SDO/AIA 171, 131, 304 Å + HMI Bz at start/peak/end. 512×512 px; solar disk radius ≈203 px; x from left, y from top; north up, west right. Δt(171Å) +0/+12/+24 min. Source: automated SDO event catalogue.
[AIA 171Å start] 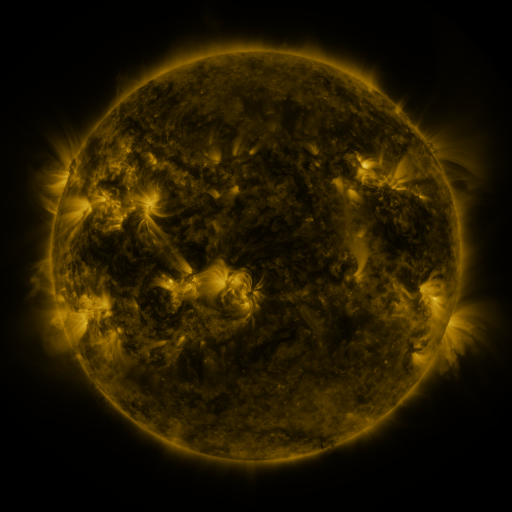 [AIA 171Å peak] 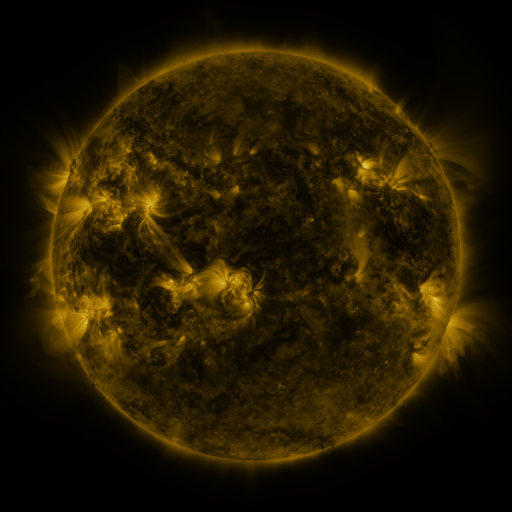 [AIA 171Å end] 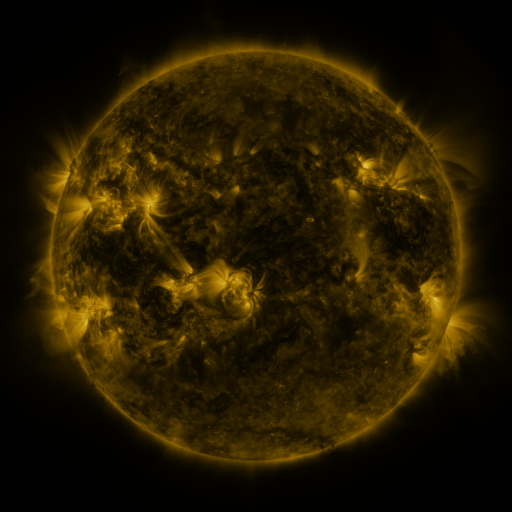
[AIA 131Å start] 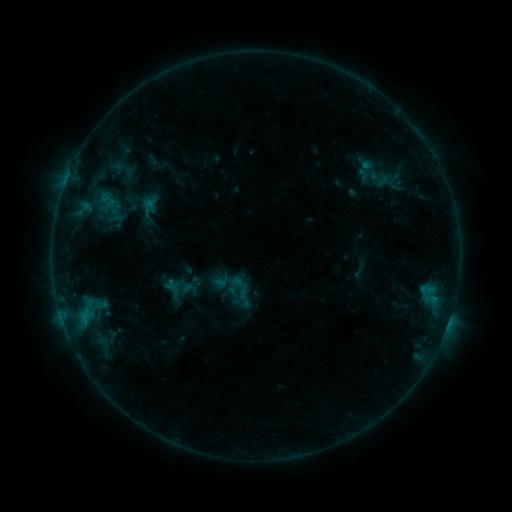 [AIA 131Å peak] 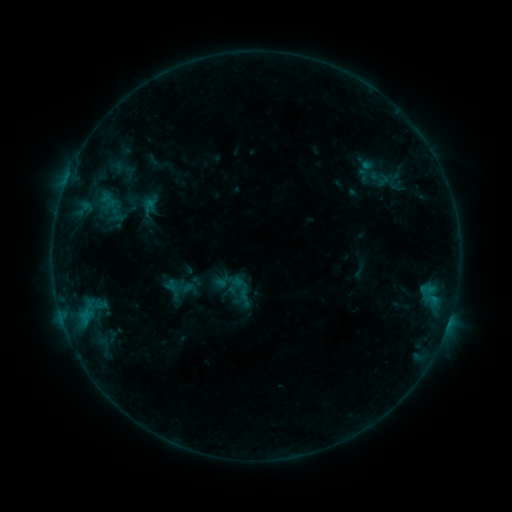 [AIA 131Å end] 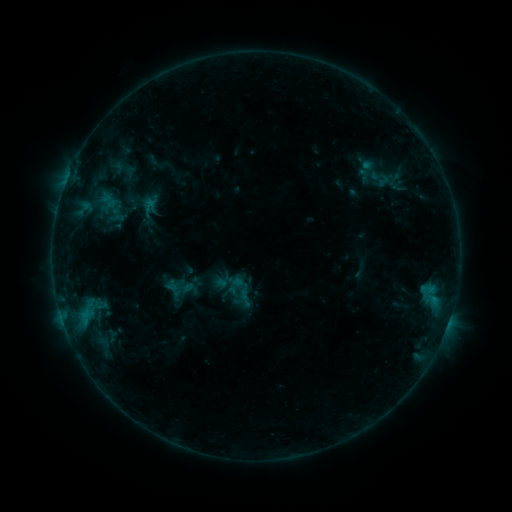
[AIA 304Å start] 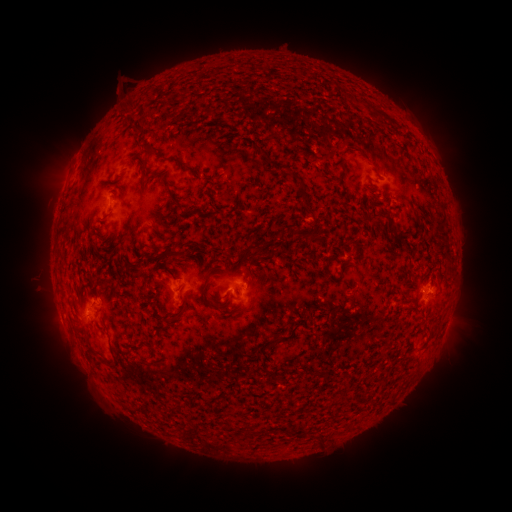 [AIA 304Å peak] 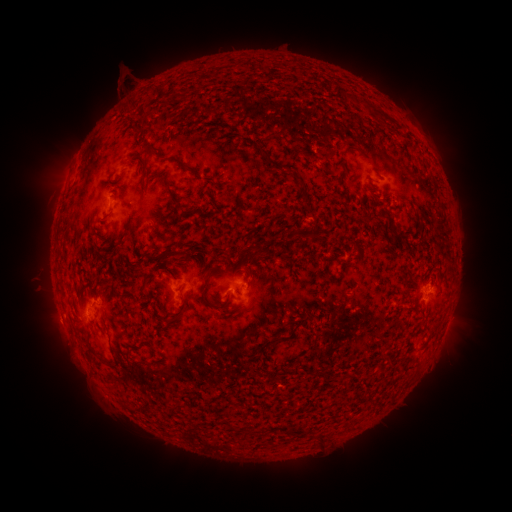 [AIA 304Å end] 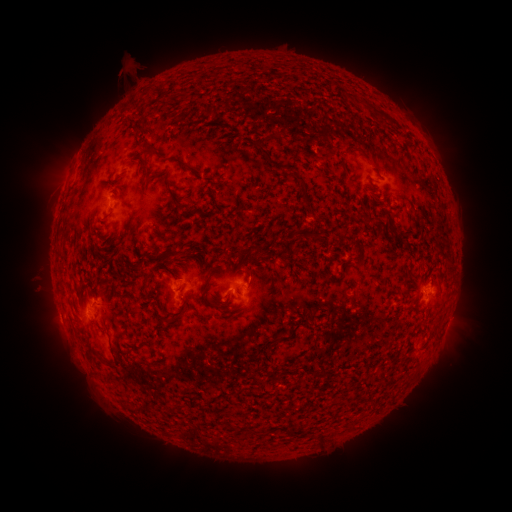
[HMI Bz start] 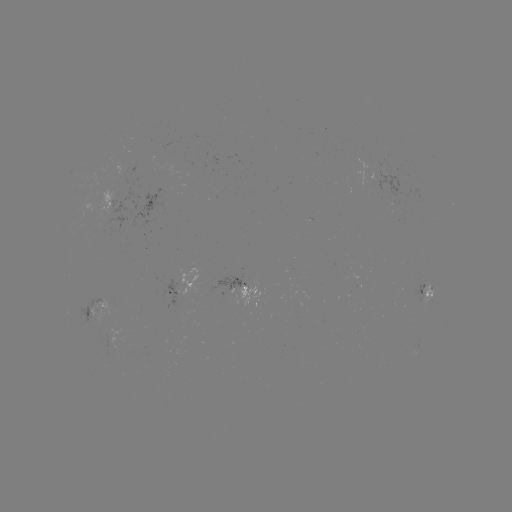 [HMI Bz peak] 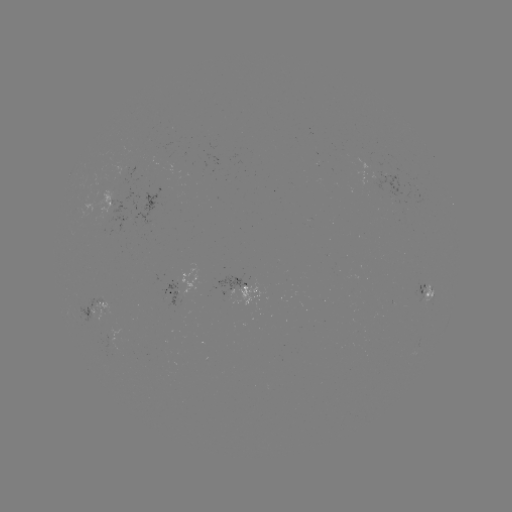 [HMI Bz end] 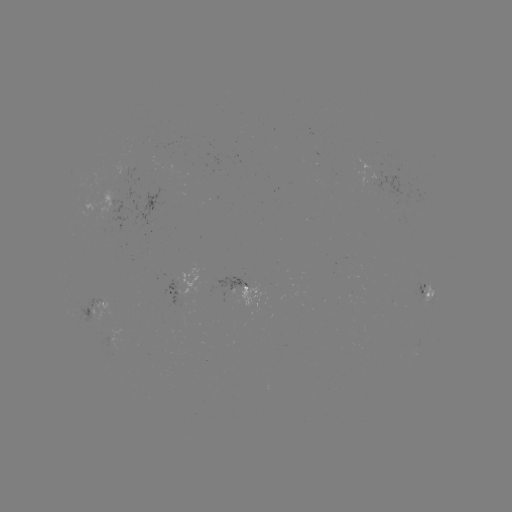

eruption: (108, 56, 148, 106)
